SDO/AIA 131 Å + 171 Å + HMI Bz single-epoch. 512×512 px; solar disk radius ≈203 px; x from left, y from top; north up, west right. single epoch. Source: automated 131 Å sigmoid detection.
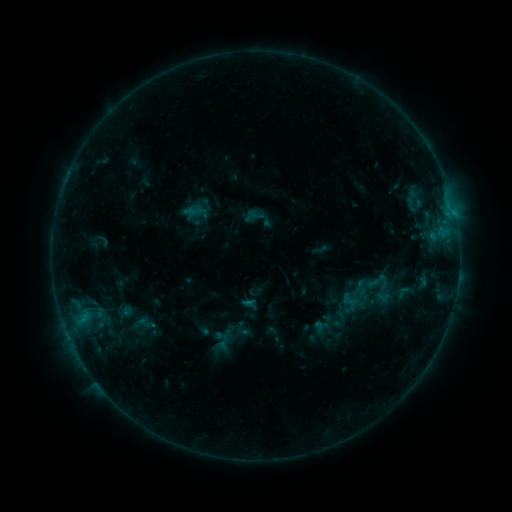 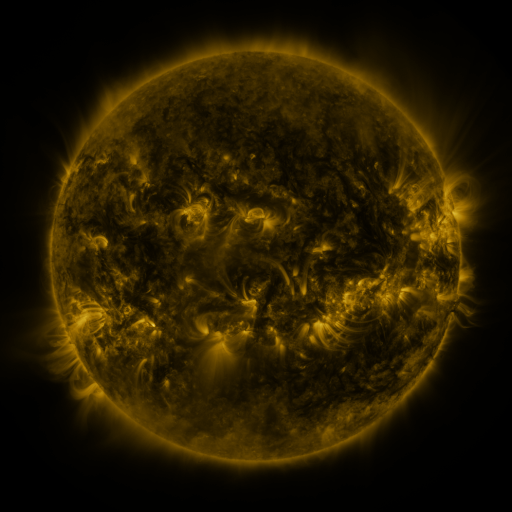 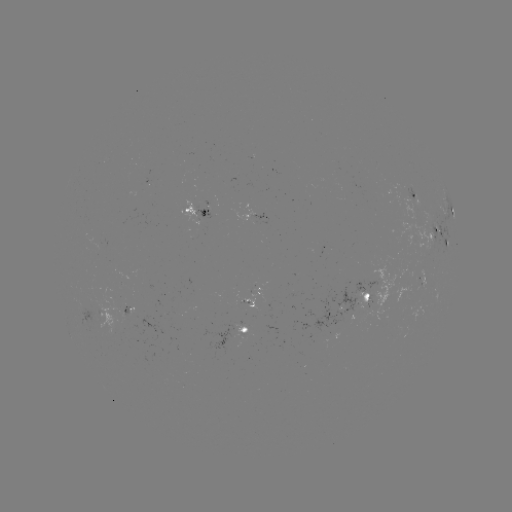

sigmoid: [132, 313, 161, 333]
